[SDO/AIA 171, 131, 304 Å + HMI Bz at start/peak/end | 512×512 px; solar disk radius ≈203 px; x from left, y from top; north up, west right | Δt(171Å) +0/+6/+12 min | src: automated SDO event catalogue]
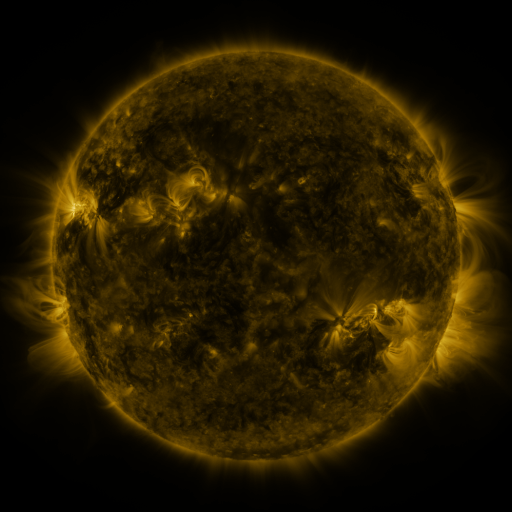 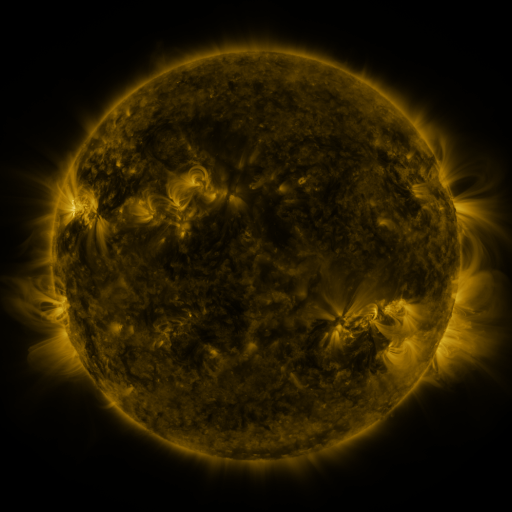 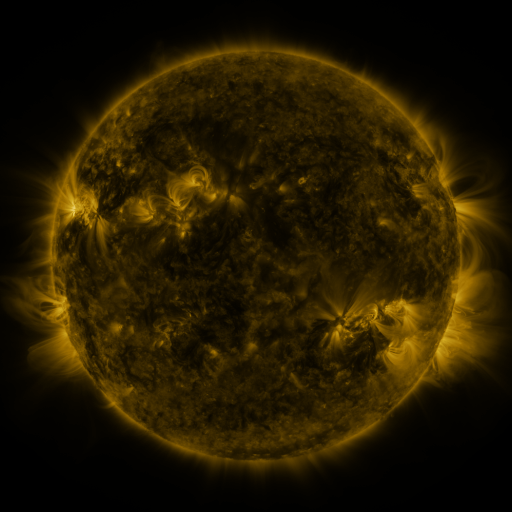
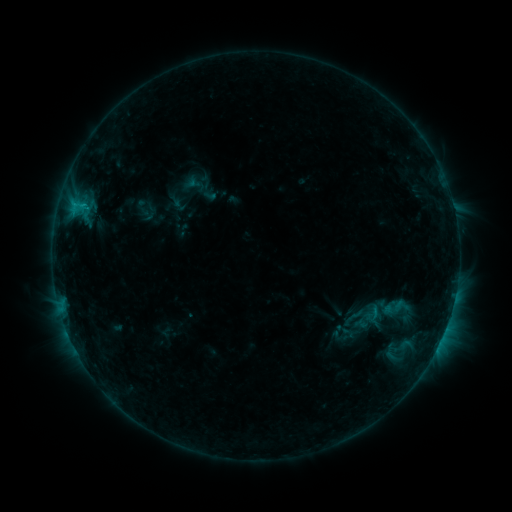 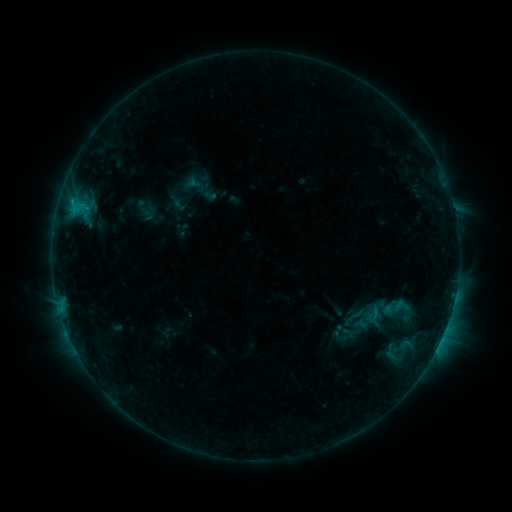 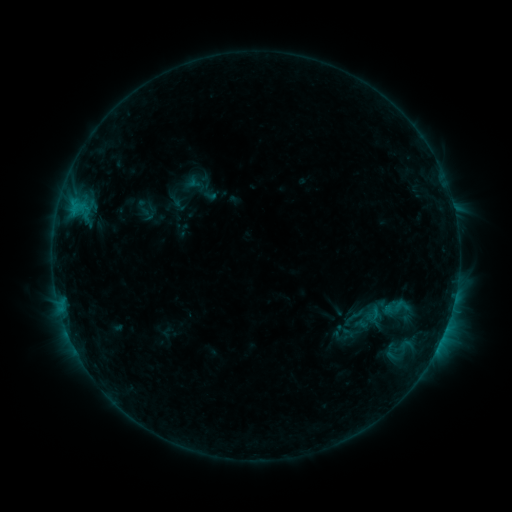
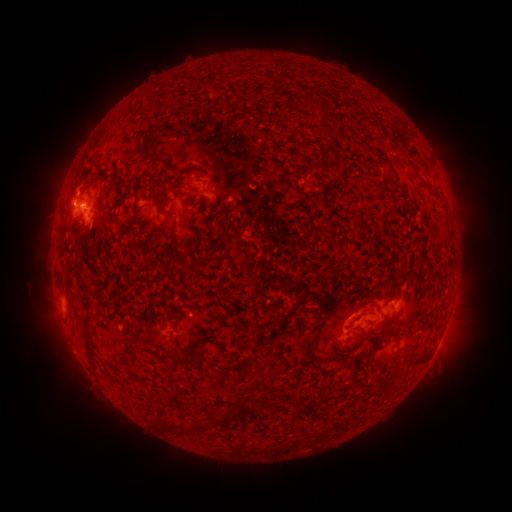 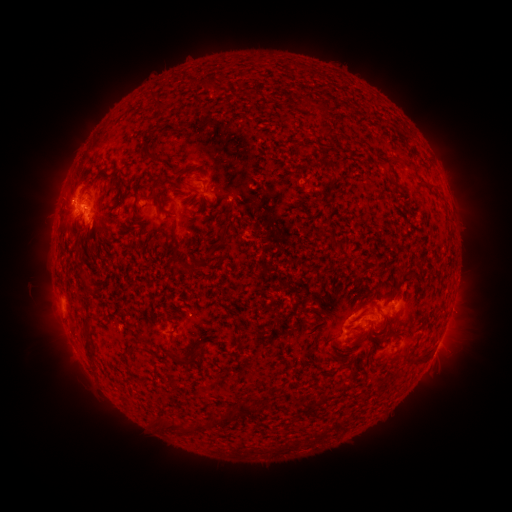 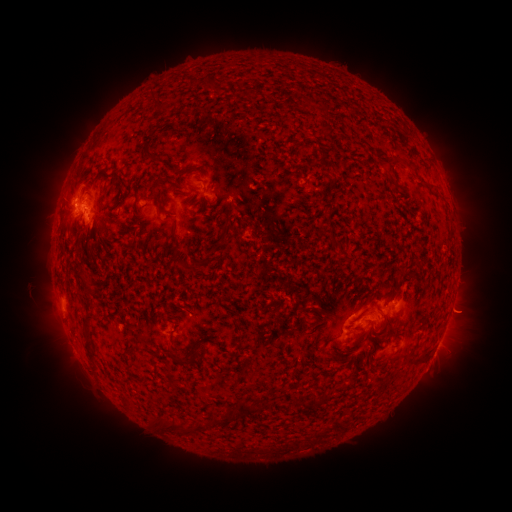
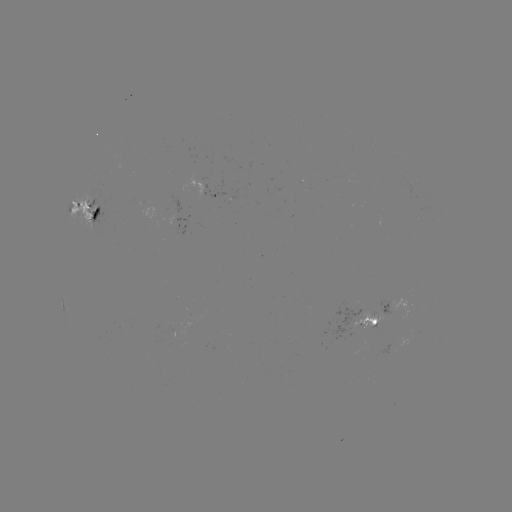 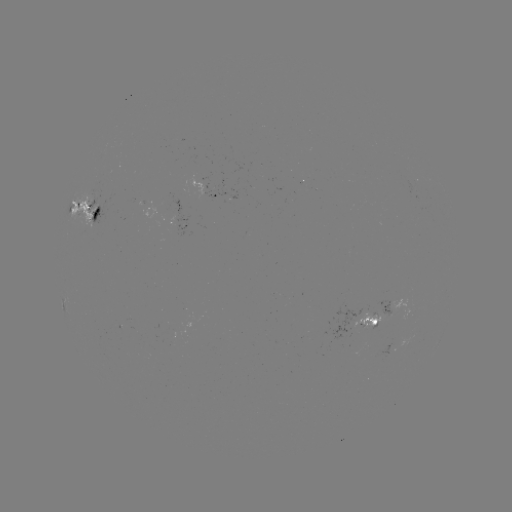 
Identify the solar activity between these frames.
eruption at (467, 313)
